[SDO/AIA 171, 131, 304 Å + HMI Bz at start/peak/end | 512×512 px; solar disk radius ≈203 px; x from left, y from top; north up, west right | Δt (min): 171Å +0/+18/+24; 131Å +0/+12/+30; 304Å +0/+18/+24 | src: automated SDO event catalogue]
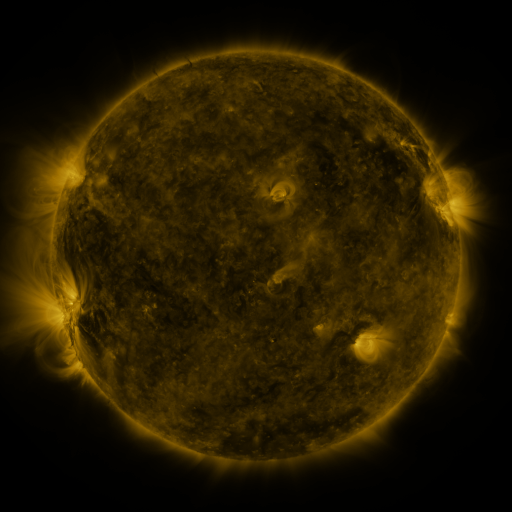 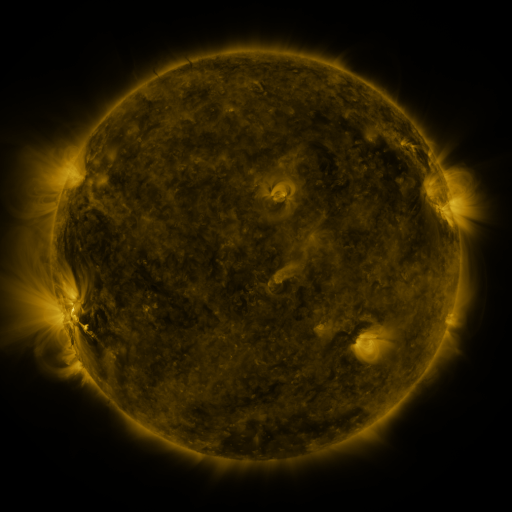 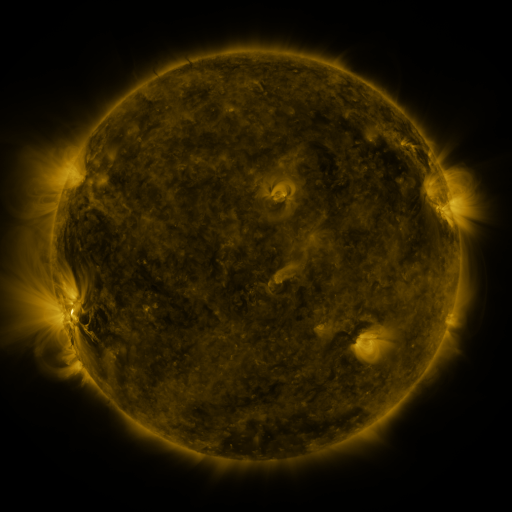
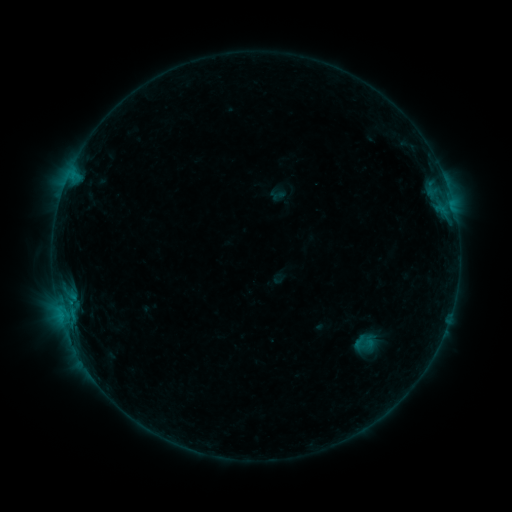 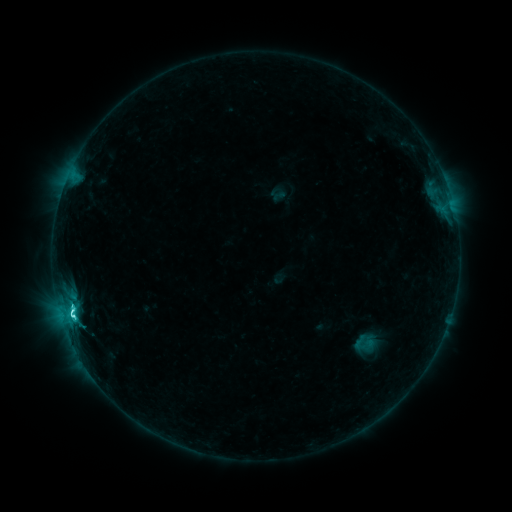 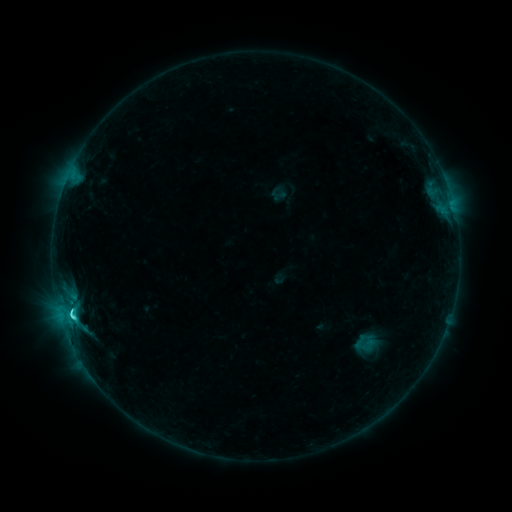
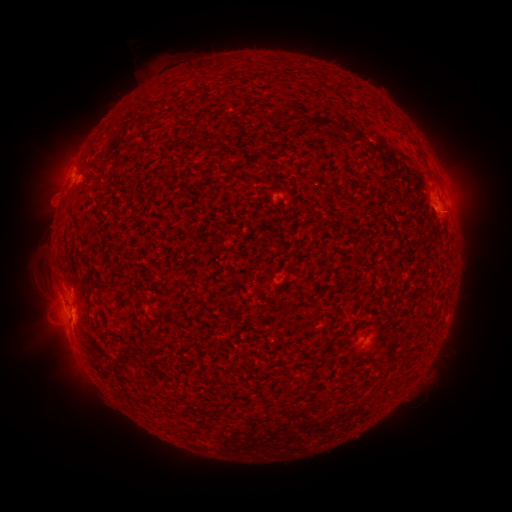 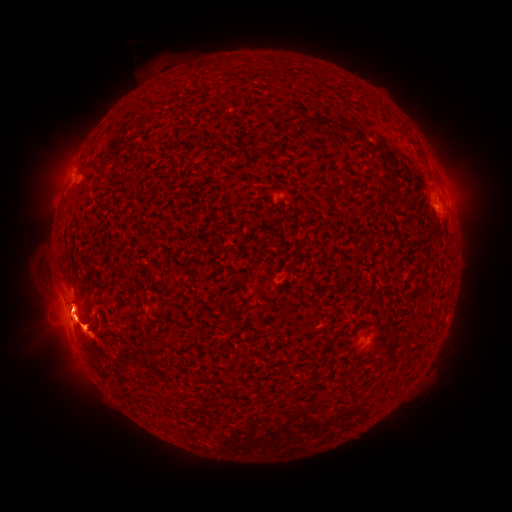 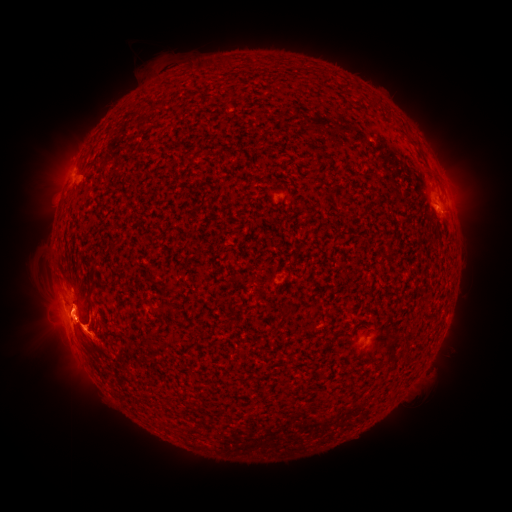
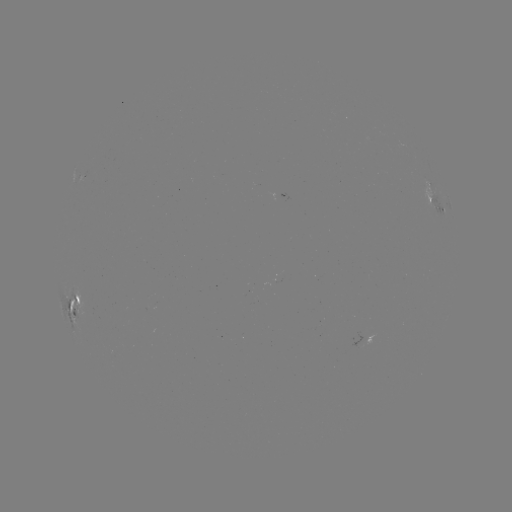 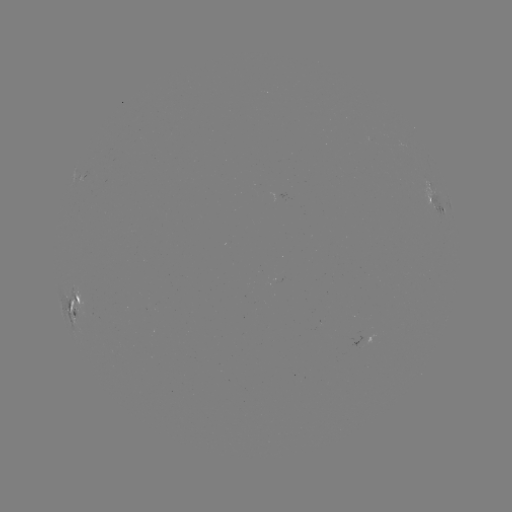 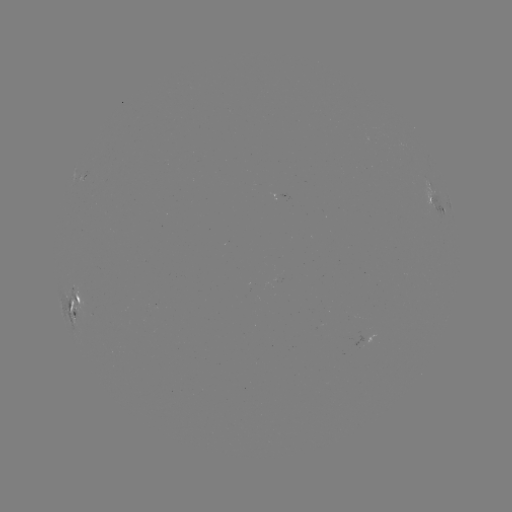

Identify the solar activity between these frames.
M1.4 flare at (74, 310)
